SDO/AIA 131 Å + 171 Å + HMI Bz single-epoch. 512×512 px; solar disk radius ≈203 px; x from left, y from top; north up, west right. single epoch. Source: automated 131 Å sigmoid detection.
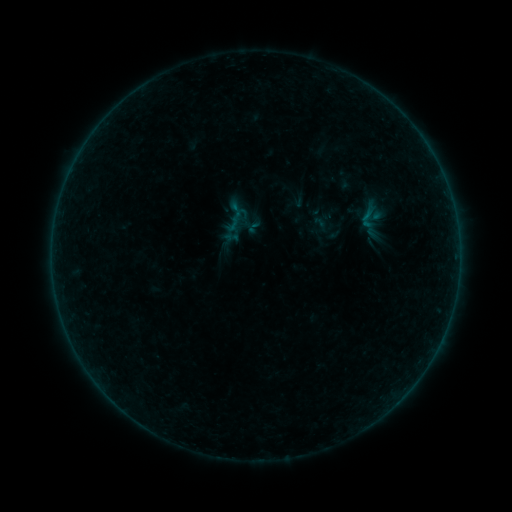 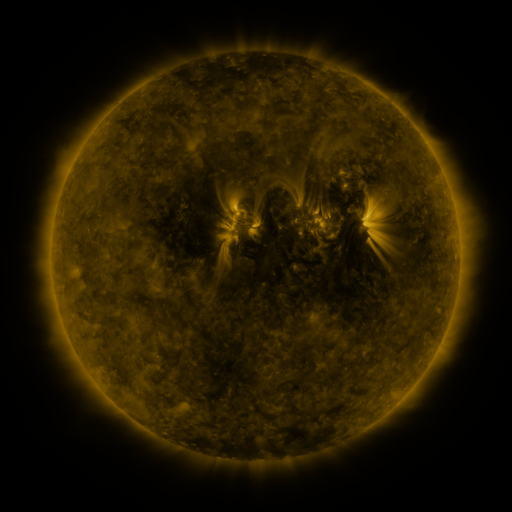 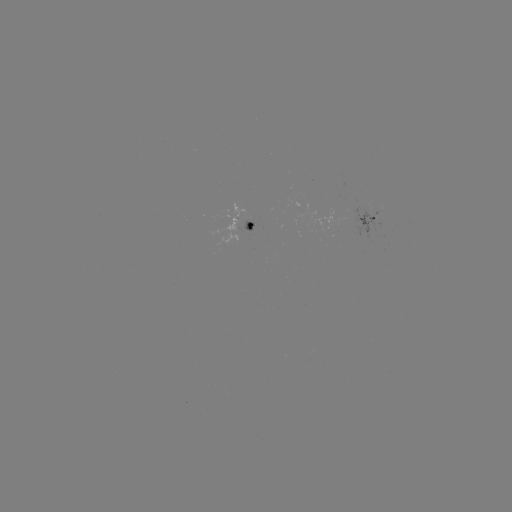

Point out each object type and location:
sigmoid: (344, 179)
sigmoid: (368, 218)
